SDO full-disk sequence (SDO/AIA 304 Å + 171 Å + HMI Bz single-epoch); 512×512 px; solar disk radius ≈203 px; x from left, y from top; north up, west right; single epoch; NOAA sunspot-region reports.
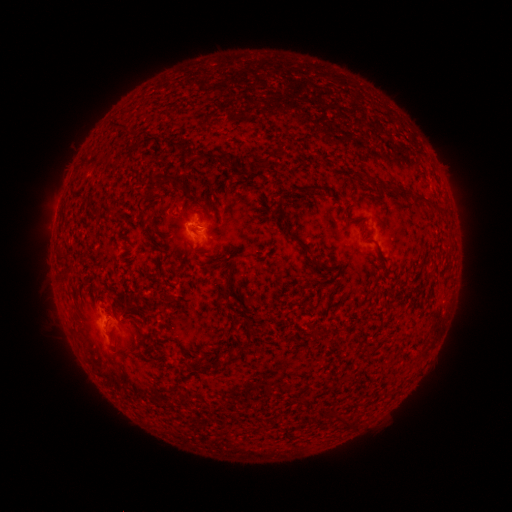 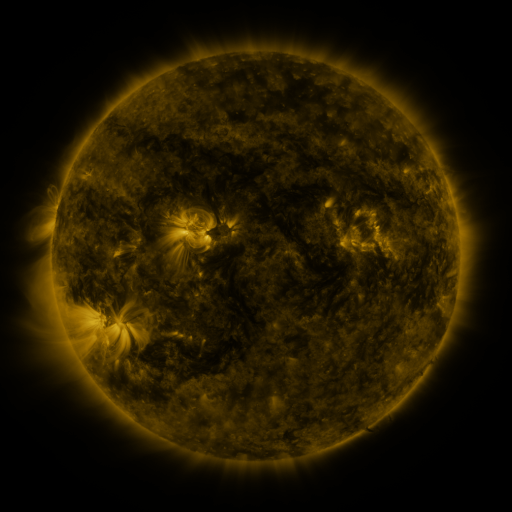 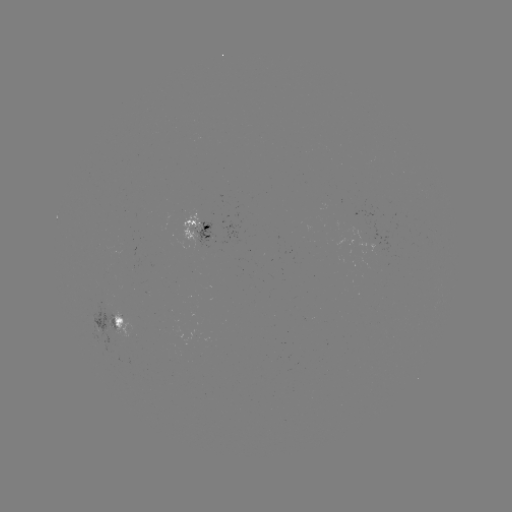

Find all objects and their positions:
spotted active region: (201, 231)
spotted active region: (113, 320)
